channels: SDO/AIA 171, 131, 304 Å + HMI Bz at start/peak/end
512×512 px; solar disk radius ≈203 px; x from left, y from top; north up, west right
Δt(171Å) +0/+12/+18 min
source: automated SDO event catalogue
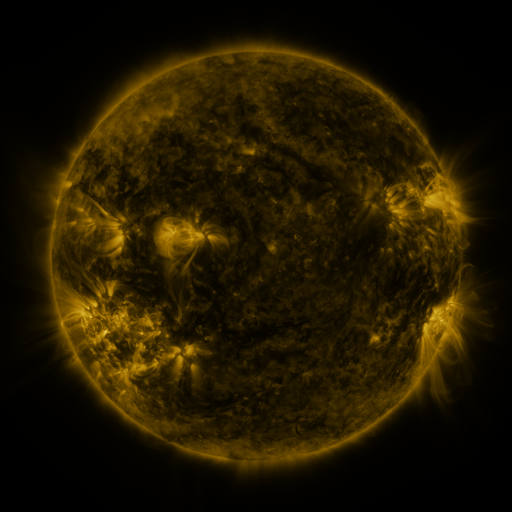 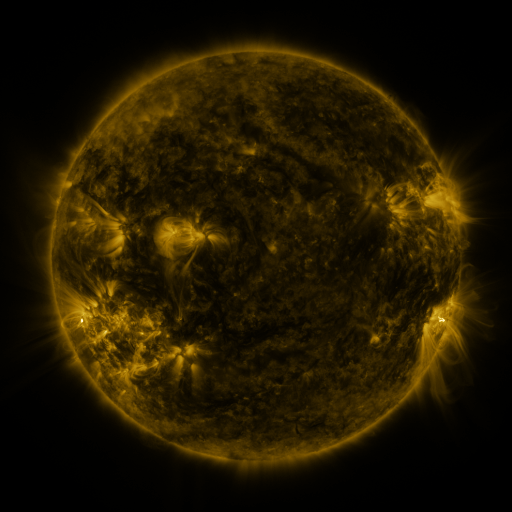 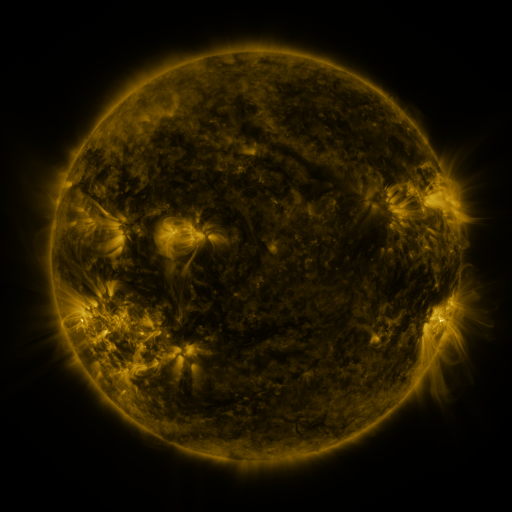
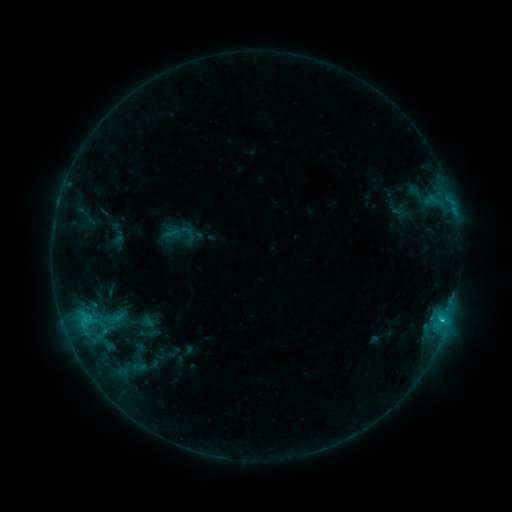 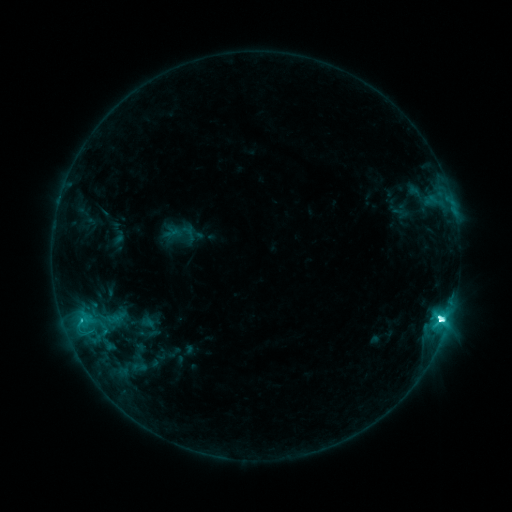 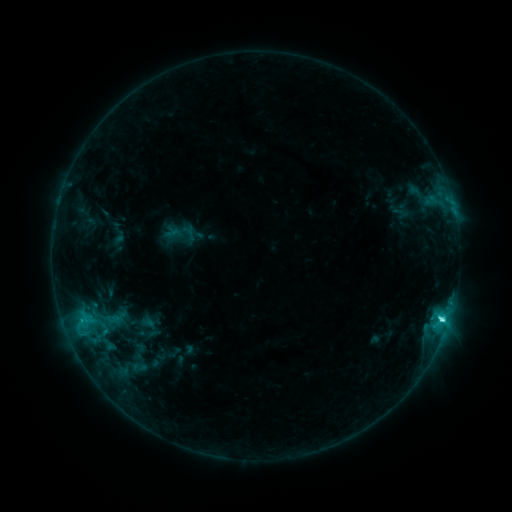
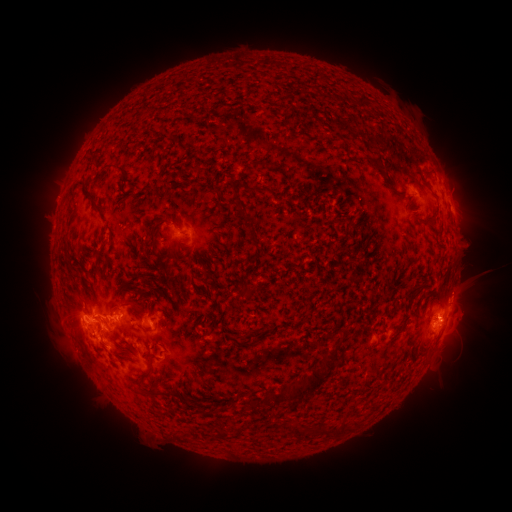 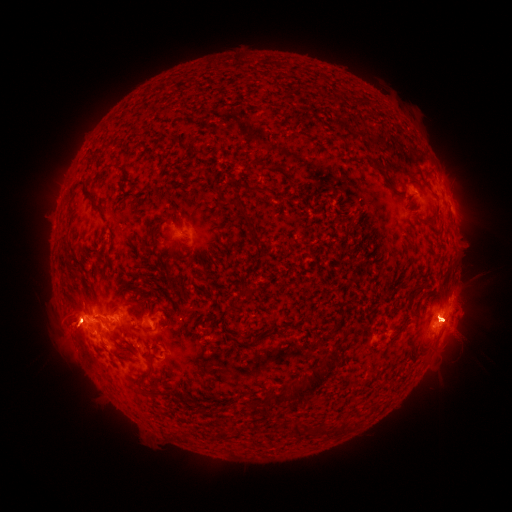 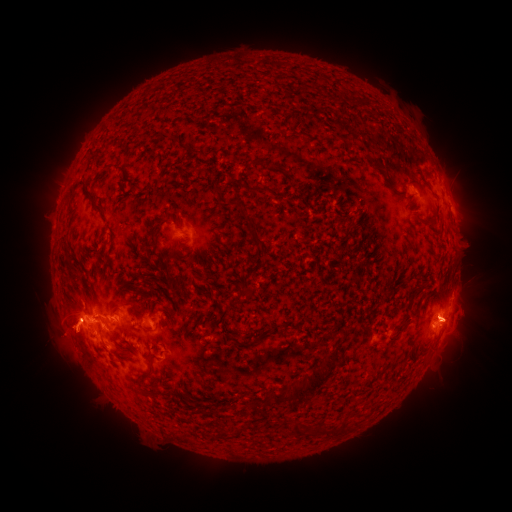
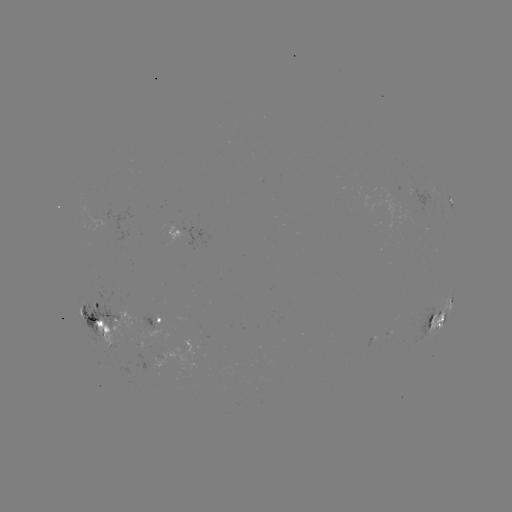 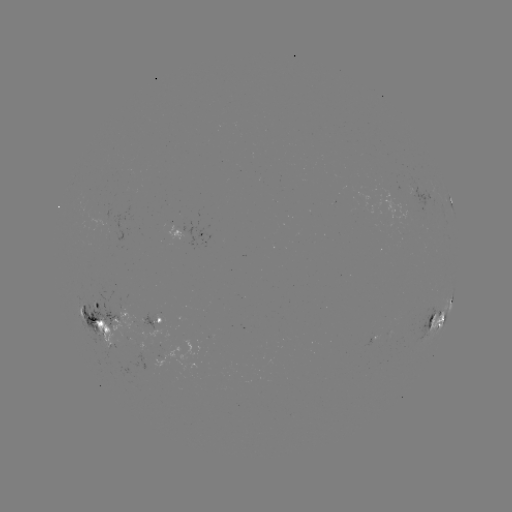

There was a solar flare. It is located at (439, 316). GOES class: M1.1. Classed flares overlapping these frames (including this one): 1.